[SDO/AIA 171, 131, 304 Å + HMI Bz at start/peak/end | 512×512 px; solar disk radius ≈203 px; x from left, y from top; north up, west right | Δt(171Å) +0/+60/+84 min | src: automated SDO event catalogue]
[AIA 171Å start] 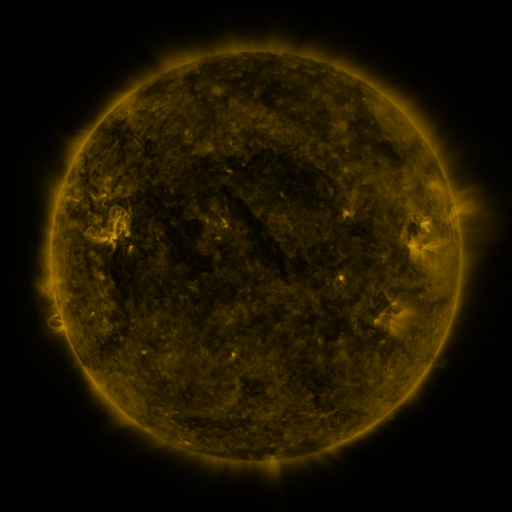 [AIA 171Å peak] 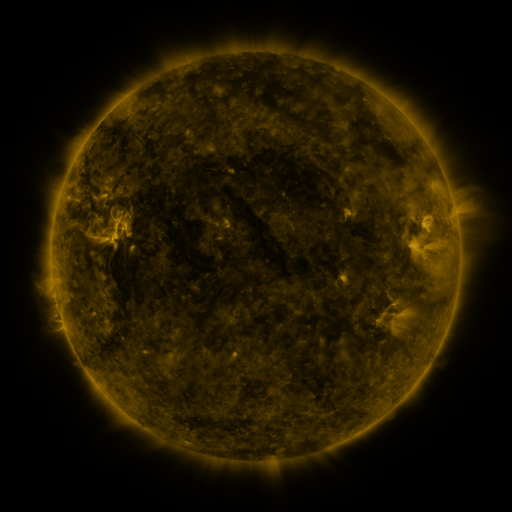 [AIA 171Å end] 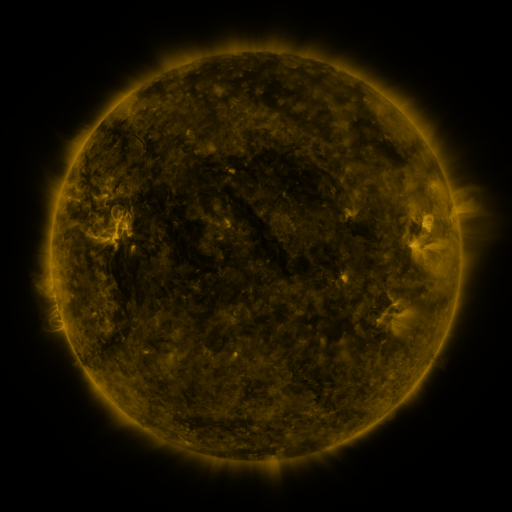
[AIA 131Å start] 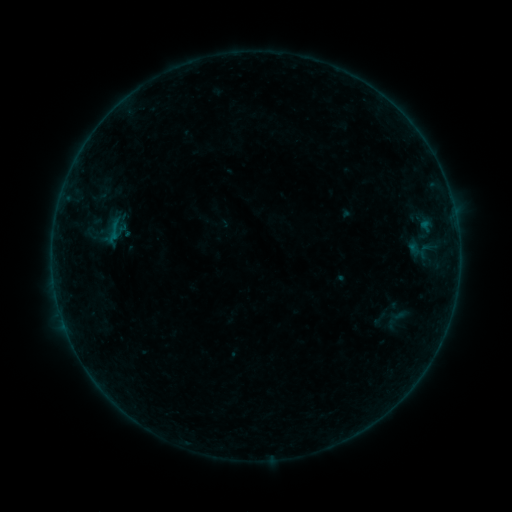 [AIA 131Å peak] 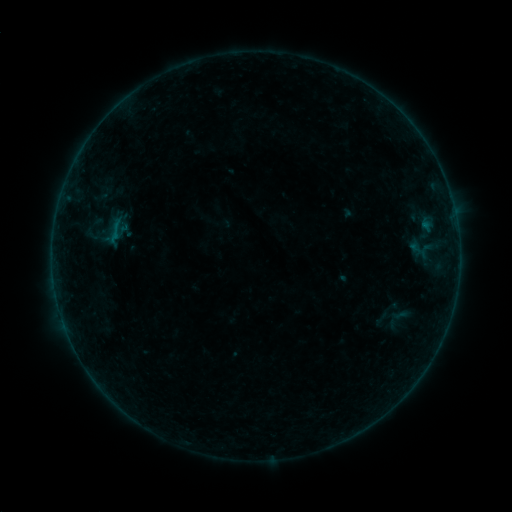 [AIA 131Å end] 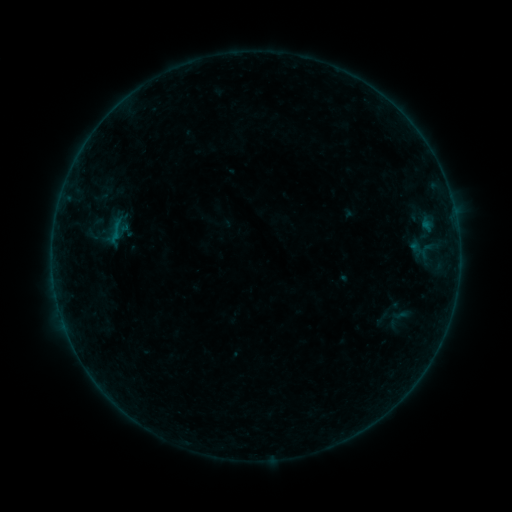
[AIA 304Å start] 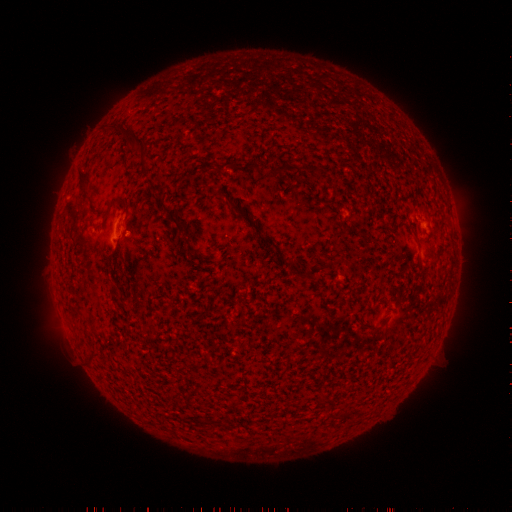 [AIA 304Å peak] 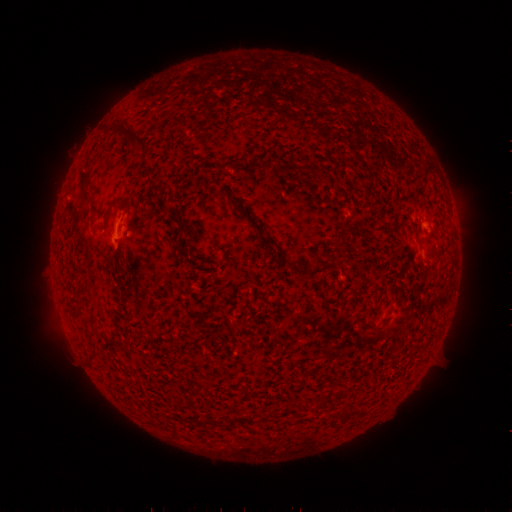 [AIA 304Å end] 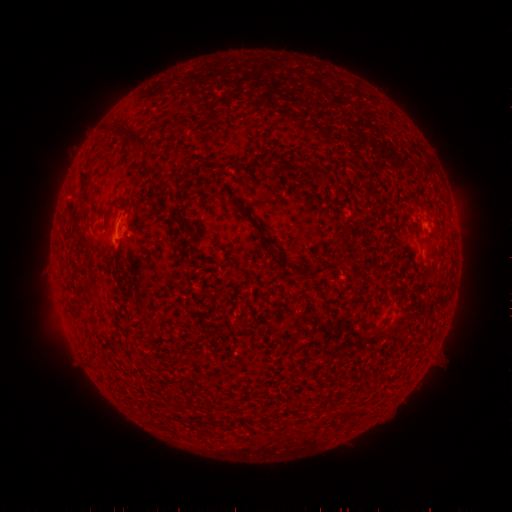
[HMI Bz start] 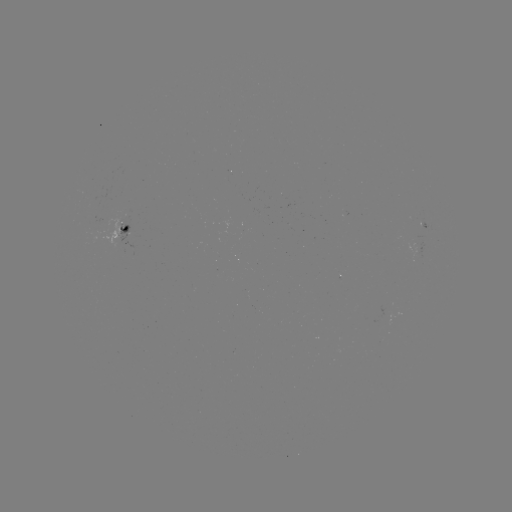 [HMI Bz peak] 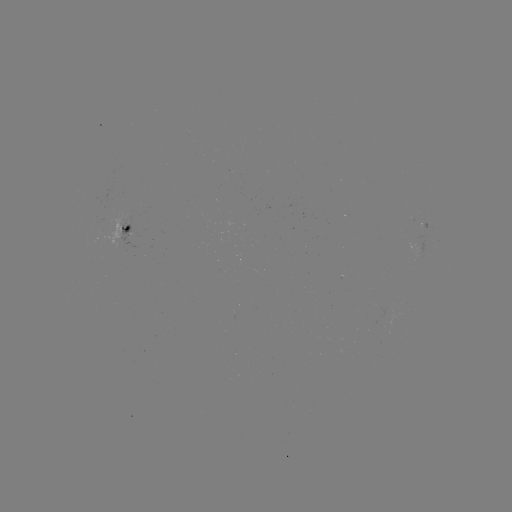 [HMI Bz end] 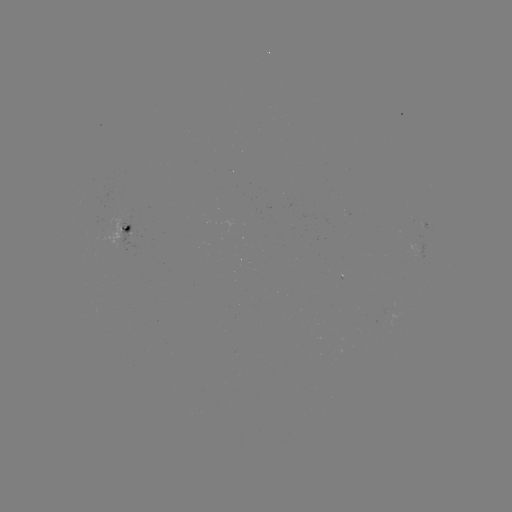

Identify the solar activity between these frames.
emerging-flux region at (422, 222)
